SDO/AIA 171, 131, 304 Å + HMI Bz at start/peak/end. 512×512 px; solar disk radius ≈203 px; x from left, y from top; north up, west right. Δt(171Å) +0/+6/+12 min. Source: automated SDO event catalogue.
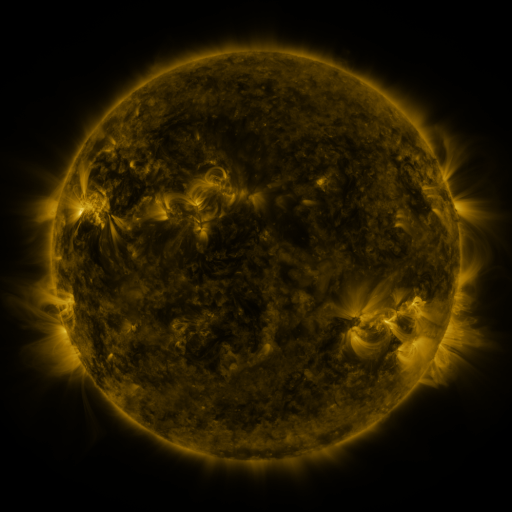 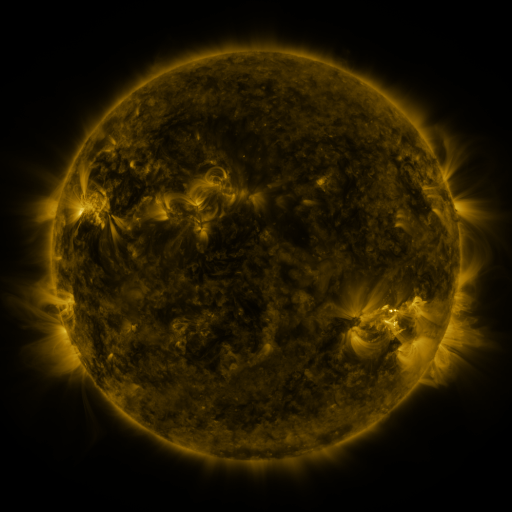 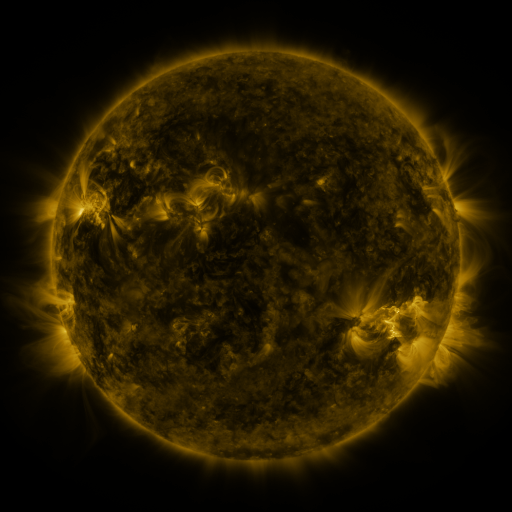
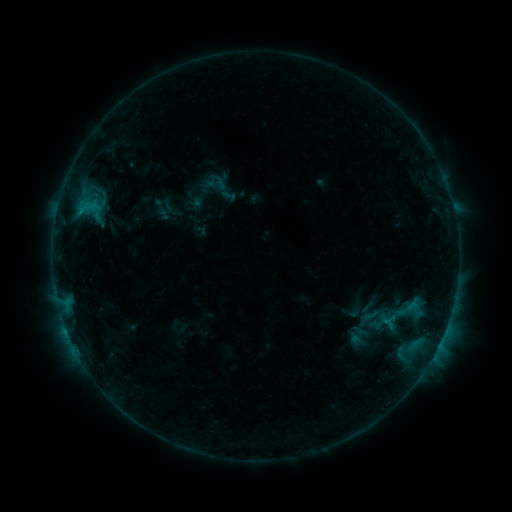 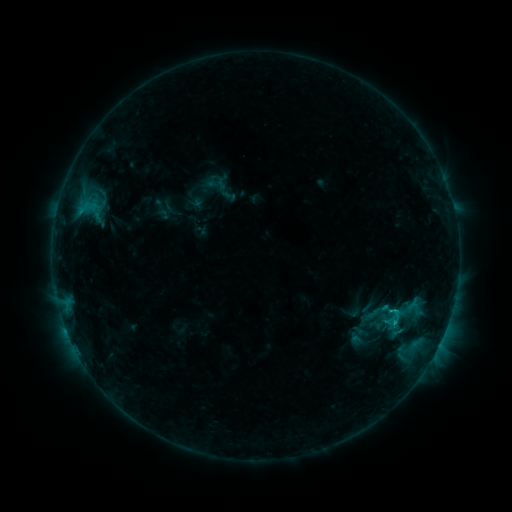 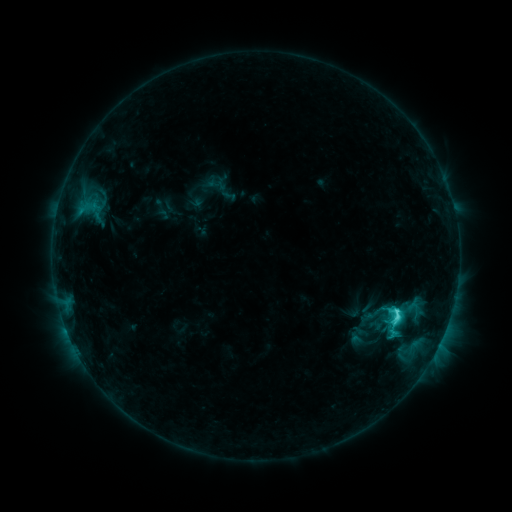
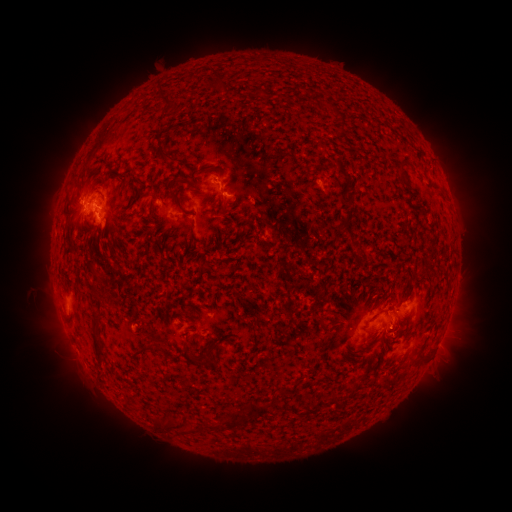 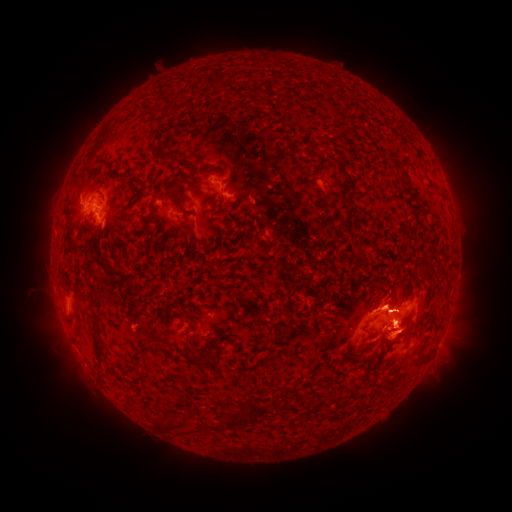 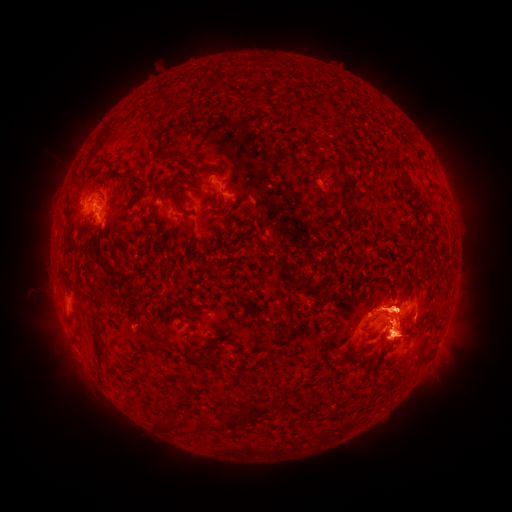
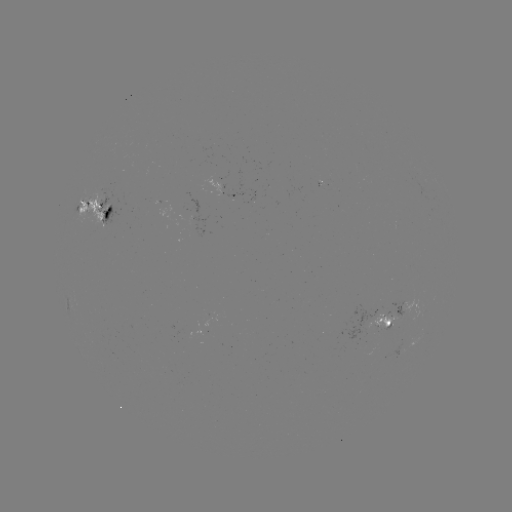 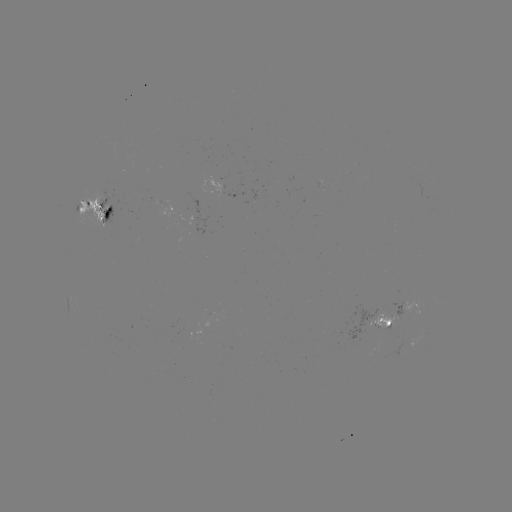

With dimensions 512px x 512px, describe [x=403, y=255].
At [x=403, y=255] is eruption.